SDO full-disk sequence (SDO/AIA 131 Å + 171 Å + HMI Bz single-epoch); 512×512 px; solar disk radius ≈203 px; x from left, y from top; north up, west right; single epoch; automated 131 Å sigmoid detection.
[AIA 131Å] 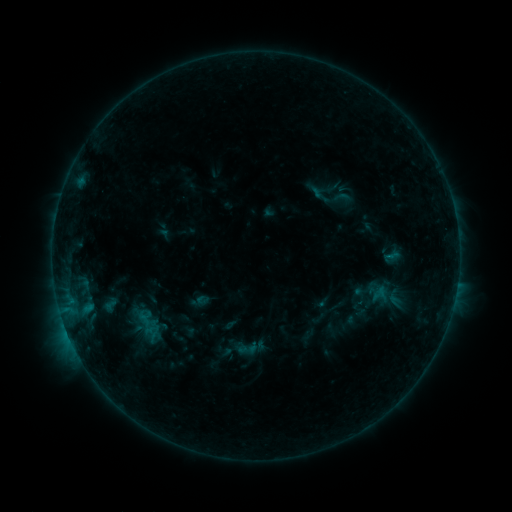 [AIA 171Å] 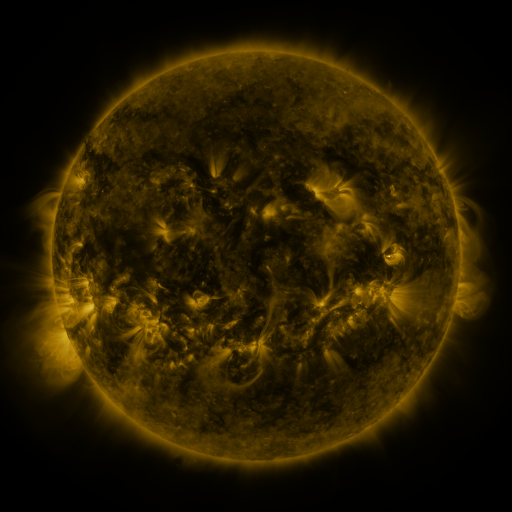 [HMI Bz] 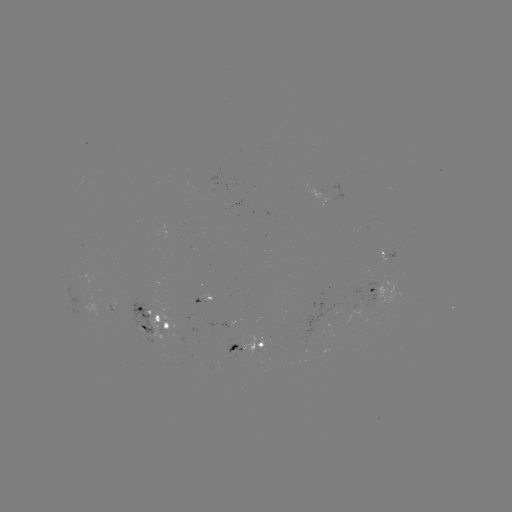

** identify sigmoid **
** (247, 348) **